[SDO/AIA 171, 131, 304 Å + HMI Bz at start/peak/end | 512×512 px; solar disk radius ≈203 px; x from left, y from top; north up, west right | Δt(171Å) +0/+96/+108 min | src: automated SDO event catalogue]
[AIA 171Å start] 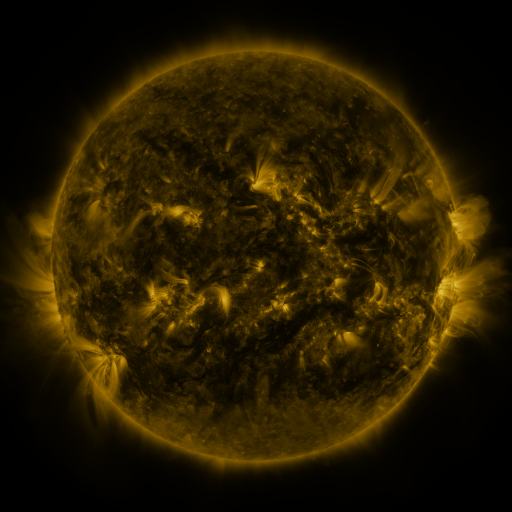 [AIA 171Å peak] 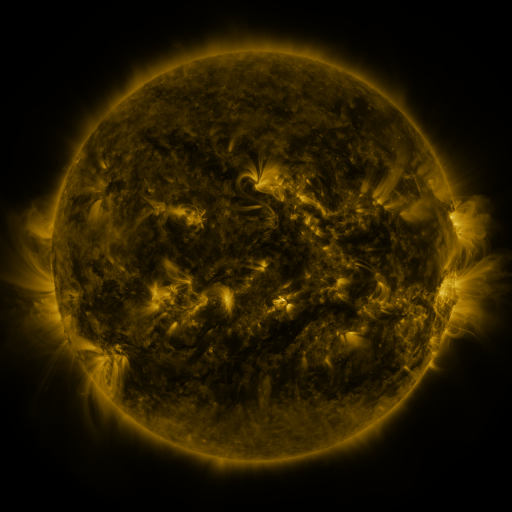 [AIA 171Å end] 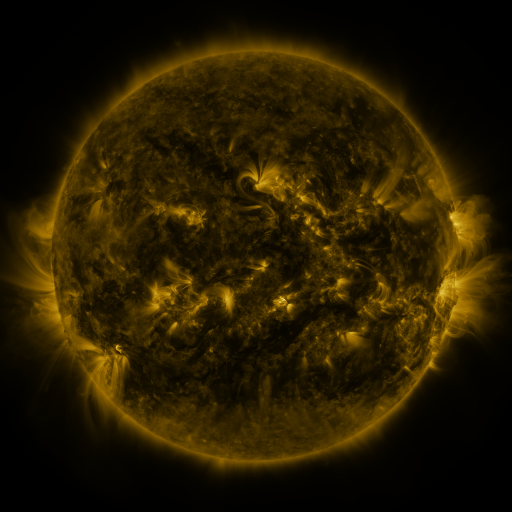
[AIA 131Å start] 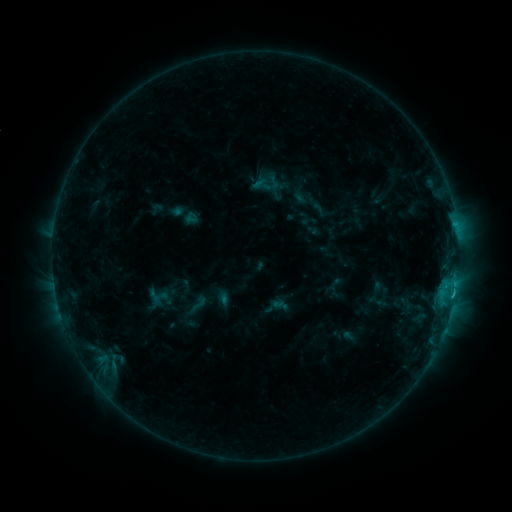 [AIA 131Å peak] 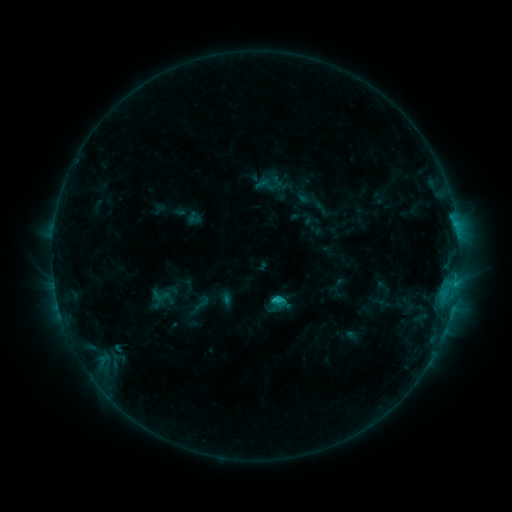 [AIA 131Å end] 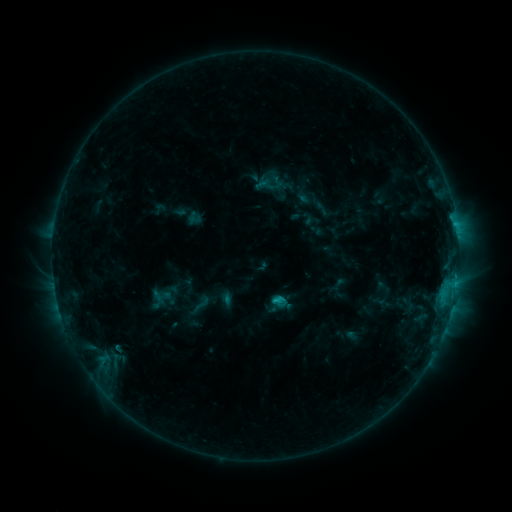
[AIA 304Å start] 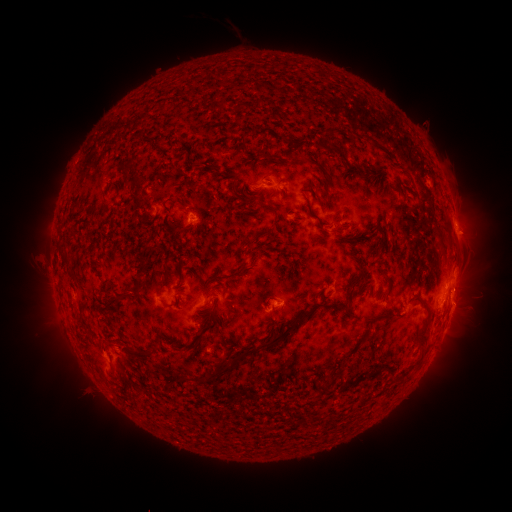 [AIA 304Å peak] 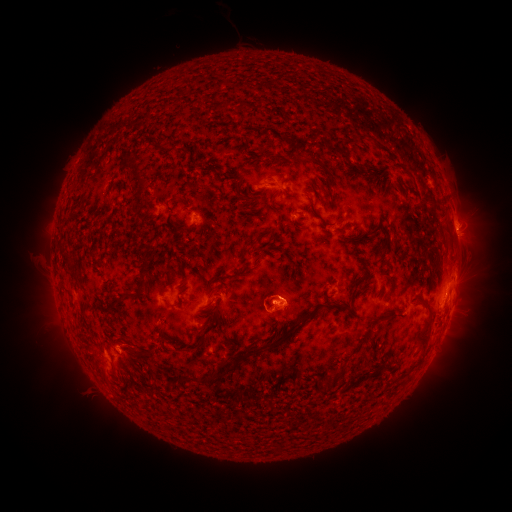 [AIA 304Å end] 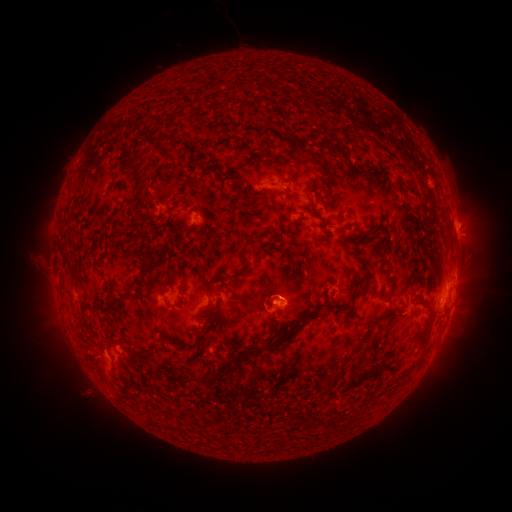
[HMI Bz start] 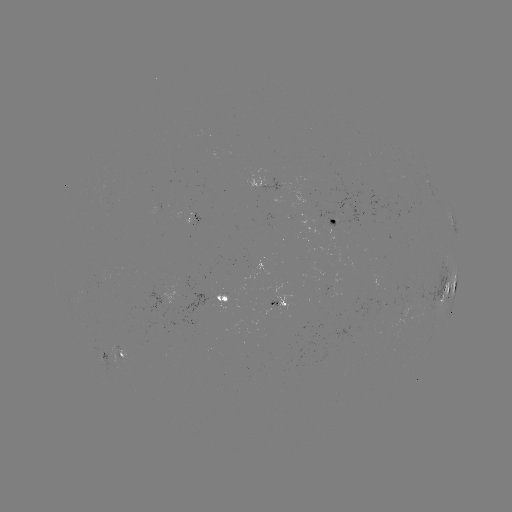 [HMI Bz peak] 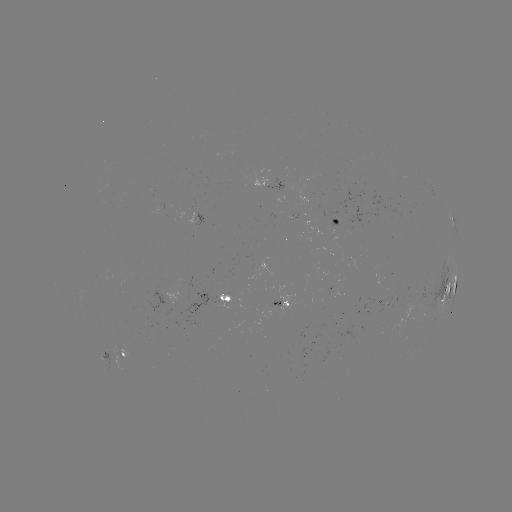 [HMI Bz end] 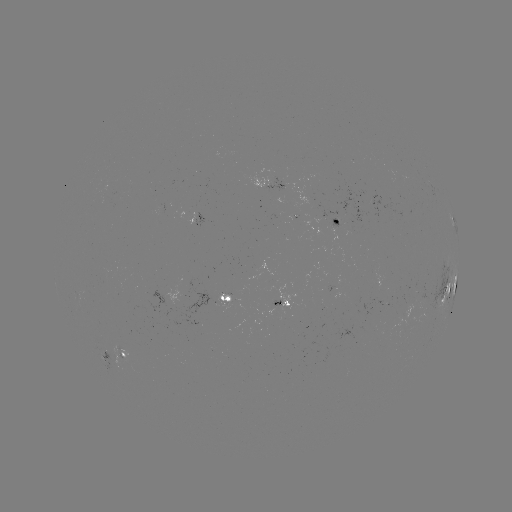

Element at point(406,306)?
emerging-flux region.